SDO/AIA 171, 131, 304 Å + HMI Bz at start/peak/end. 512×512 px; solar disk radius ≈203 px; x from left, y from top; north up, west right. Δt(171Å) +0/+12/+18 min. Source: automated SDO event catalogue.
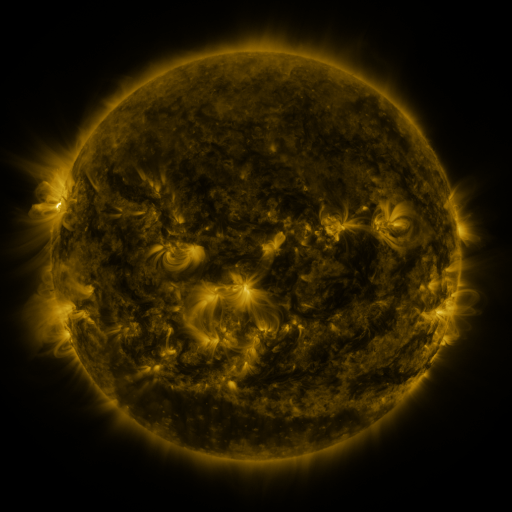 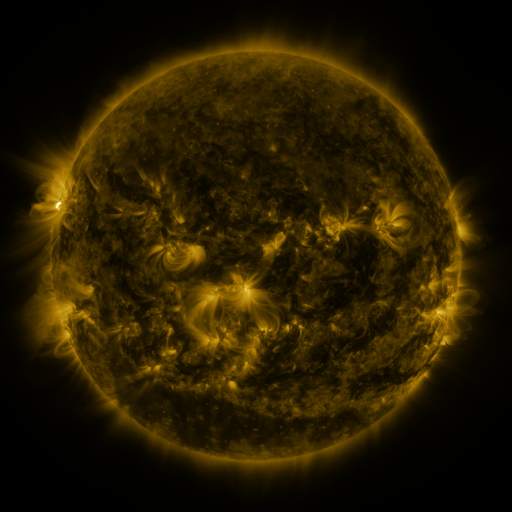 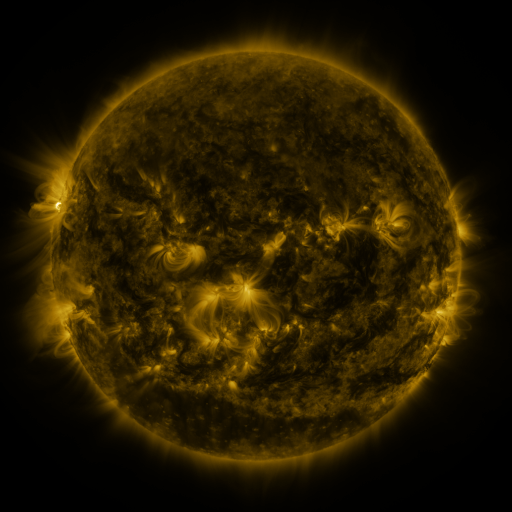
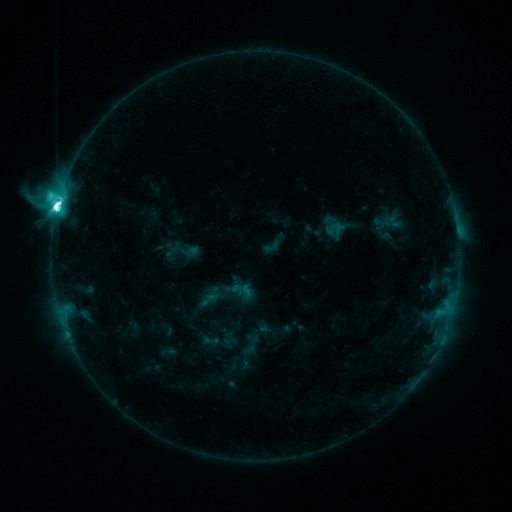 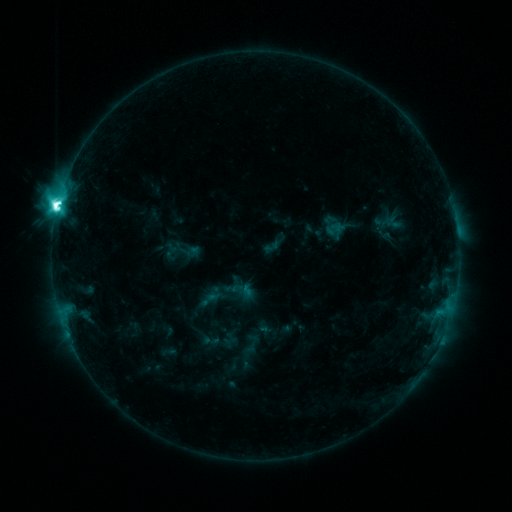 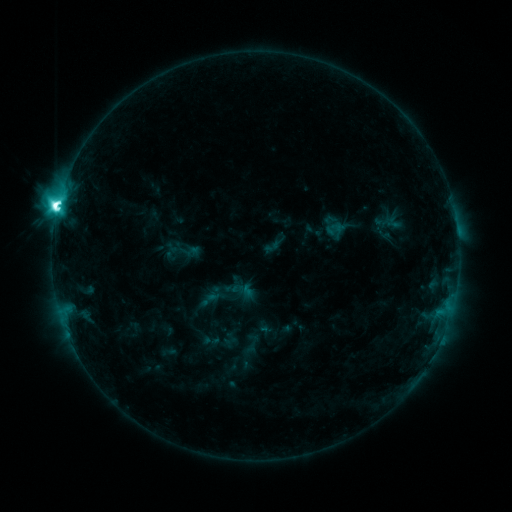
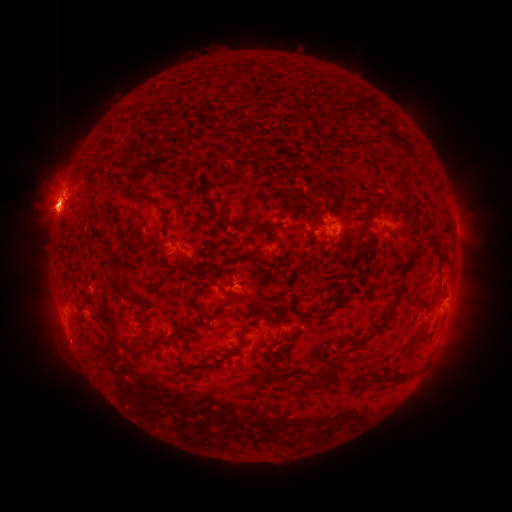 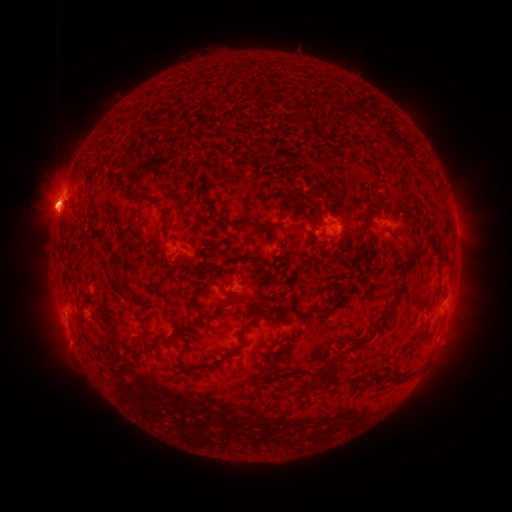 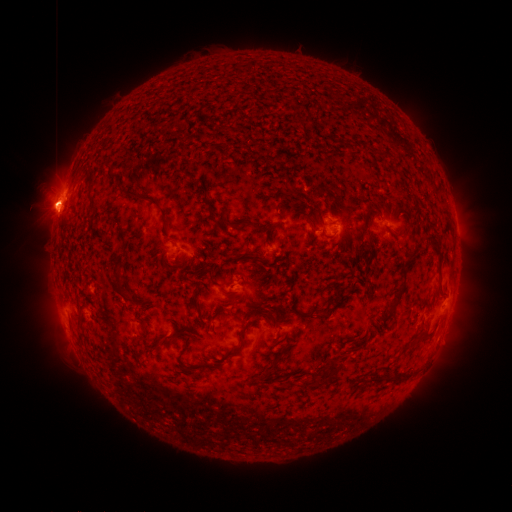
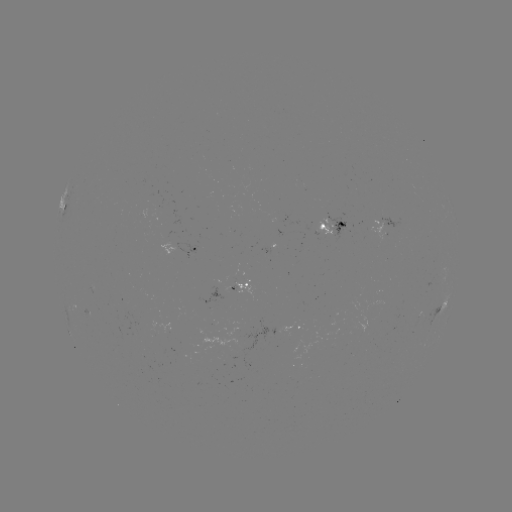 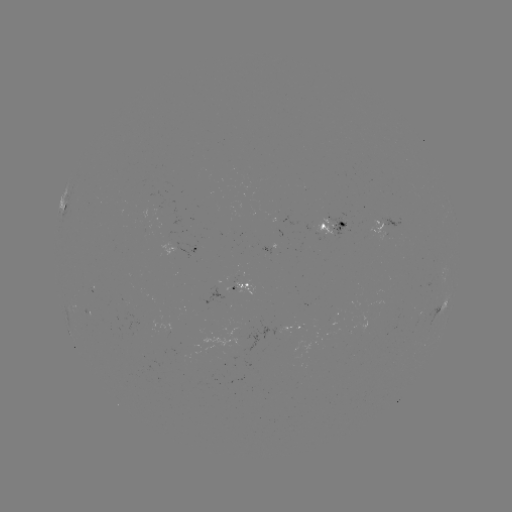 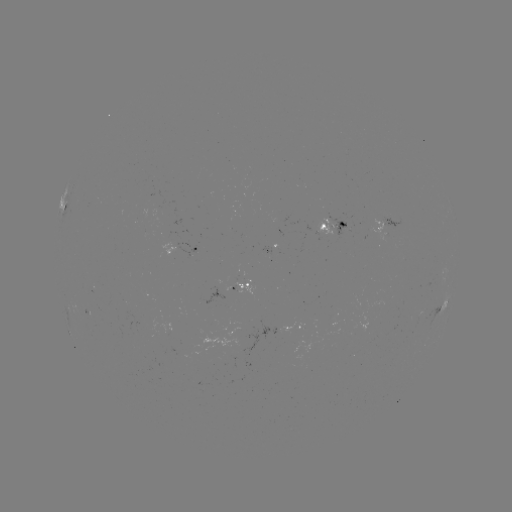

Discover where M2.3 flare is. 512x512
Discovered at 58,207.